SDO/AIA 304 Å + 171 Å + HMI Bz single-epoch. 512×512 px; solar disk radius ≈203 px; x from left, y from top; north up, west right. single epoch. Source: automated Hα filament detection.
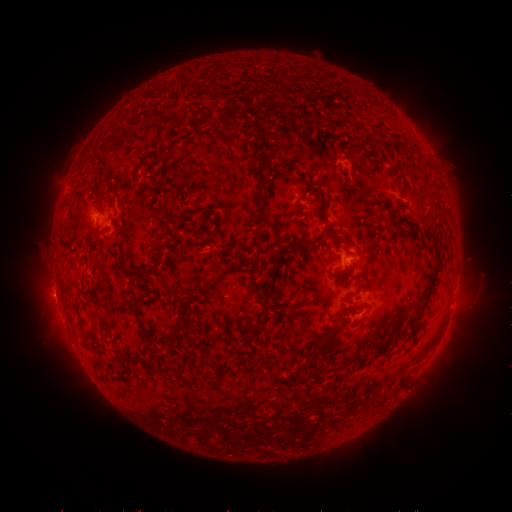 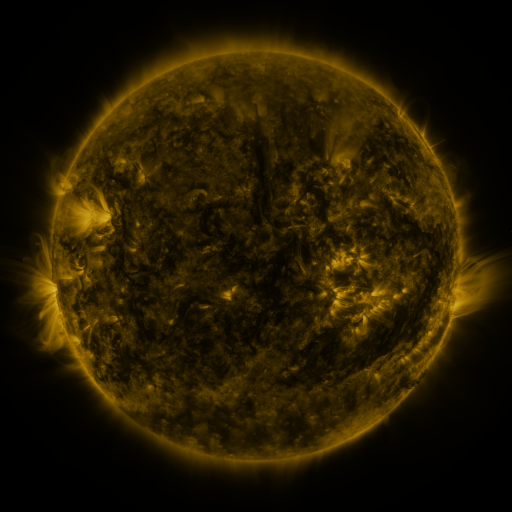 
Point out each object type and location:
filament: (312, 128)
filament: (266, 134)
filament: (105, 166)
filament: (118, 181)
filament: (315, 190)
filament: (95, 197)
filament: (258, 201)
filament: (134, 205)
filament: (297, 209)
filament: (324, 214)
filament: (405, 231)
filament: (429, 231)
filament: (124, 243)
filament: (437, 251)
filament: (139, 275)
filament: (432, 281)
filament: (394, 318)
filament: (81, 326)
filament: (256, 328)
filament: (181, 330)
filament: (394, 331)
filament: (146, 333)
filament: (324, 343)
